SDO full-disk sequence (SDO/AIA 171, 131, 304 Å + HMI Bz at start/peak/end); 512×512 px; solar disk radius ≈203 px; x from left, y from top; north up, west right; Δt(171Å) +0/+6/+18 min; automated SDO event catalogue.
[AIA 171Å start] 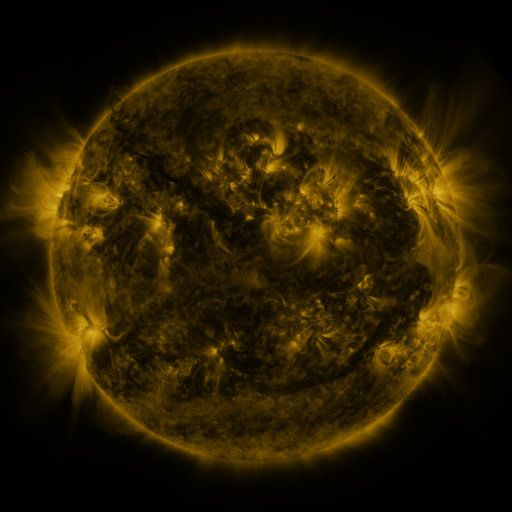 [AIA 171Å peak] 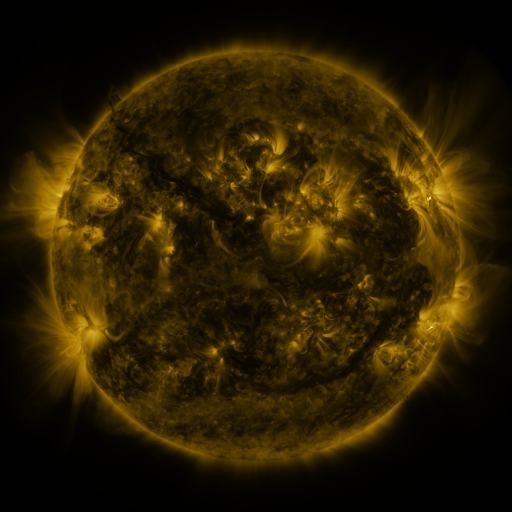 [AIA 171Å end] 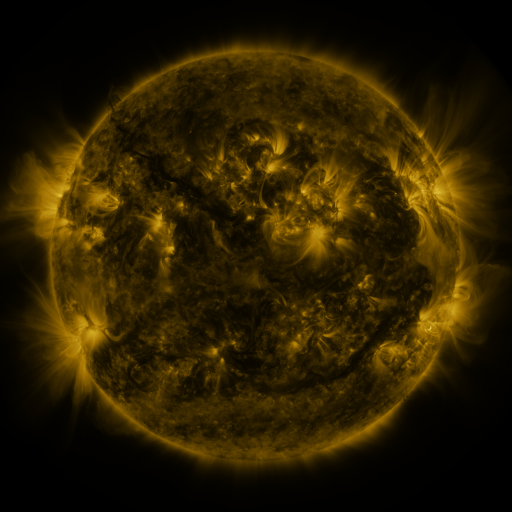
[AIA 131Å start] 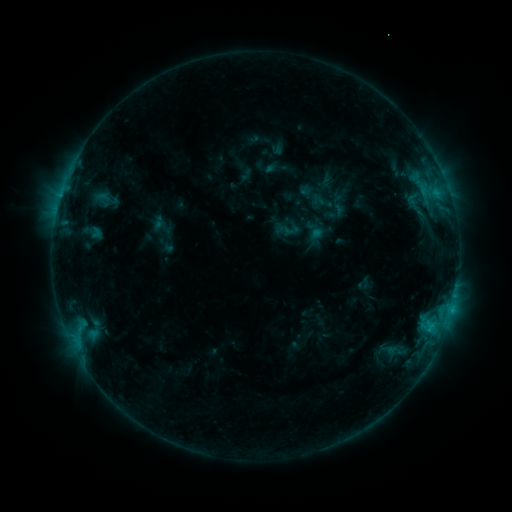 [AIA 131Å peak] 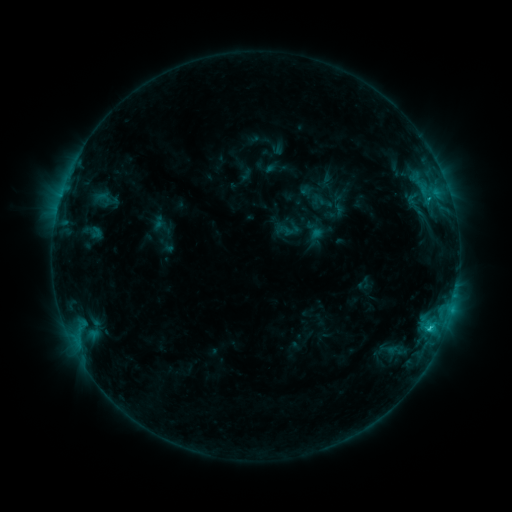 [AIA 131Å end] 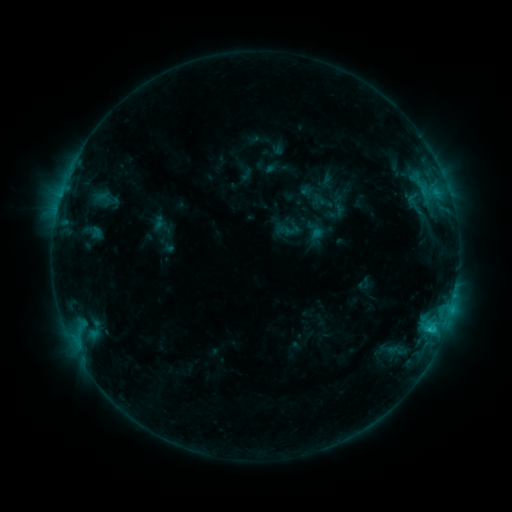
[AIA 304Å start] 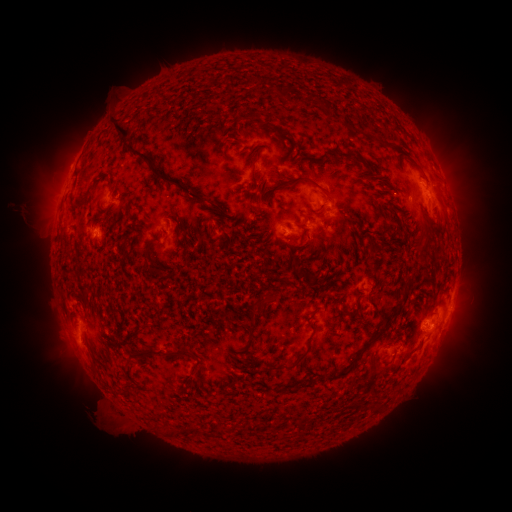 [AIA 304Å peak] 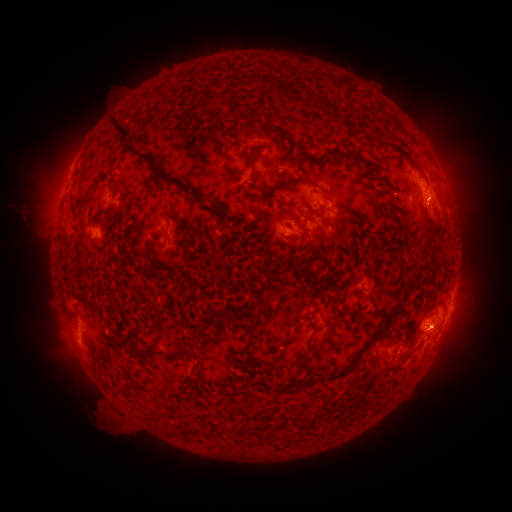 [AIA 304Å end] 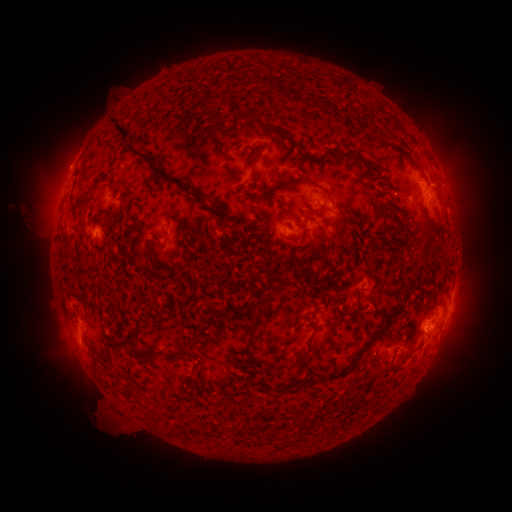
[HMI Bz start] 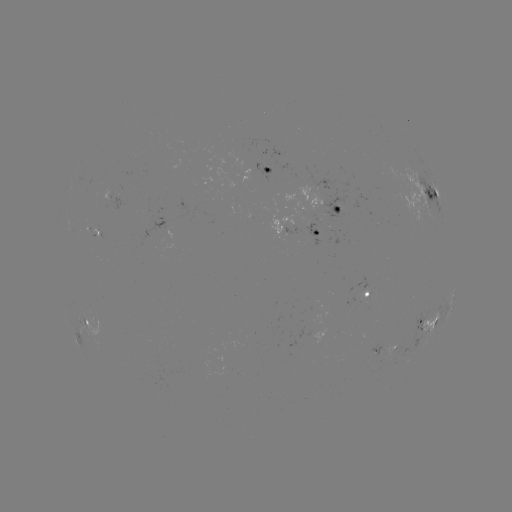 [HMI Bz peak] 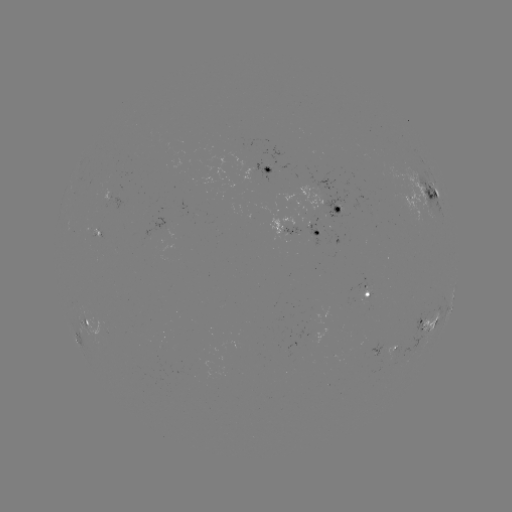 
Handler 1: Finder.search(C1.4 flare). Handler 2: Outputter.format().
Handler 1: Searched C1.4 flare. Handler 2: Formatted [428, 326].